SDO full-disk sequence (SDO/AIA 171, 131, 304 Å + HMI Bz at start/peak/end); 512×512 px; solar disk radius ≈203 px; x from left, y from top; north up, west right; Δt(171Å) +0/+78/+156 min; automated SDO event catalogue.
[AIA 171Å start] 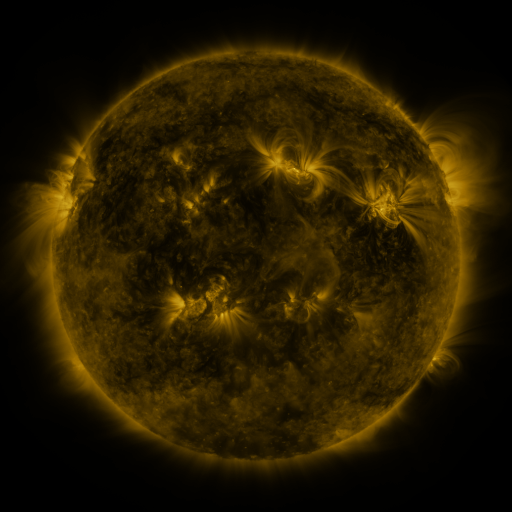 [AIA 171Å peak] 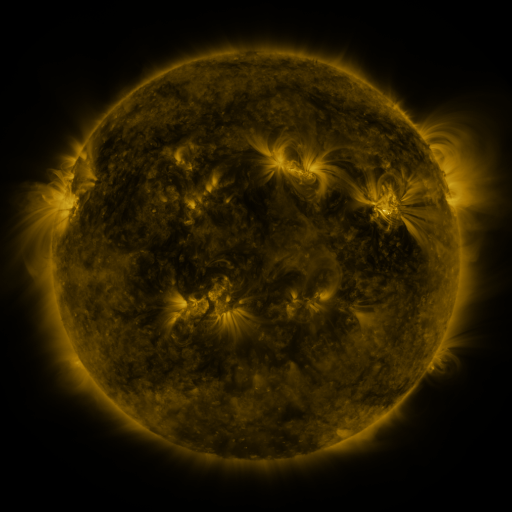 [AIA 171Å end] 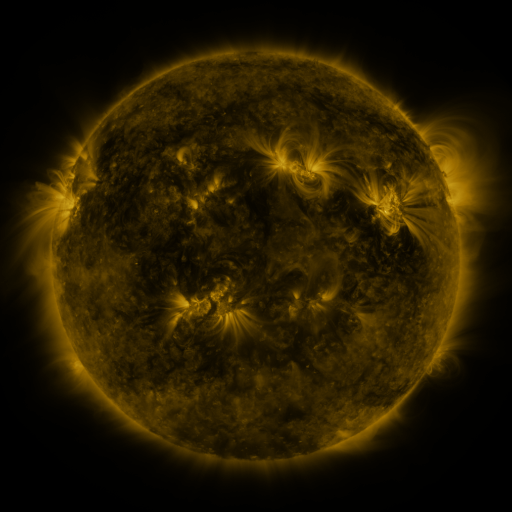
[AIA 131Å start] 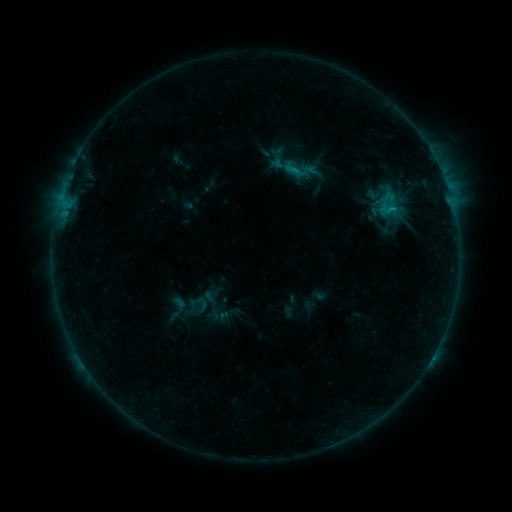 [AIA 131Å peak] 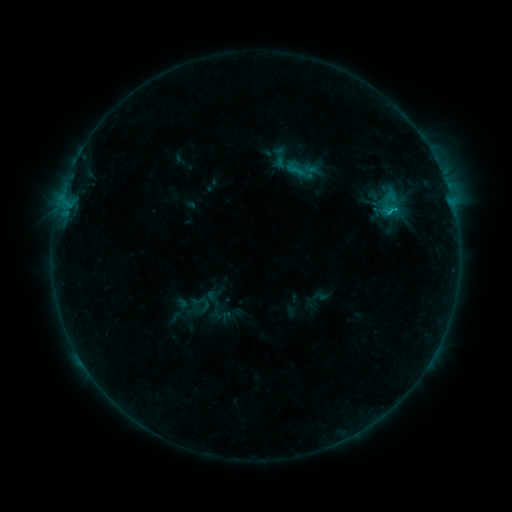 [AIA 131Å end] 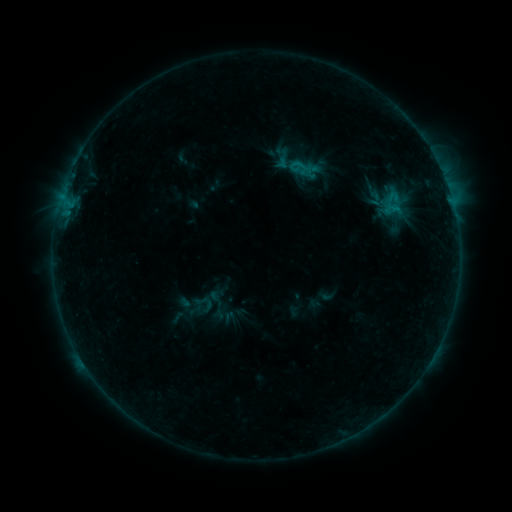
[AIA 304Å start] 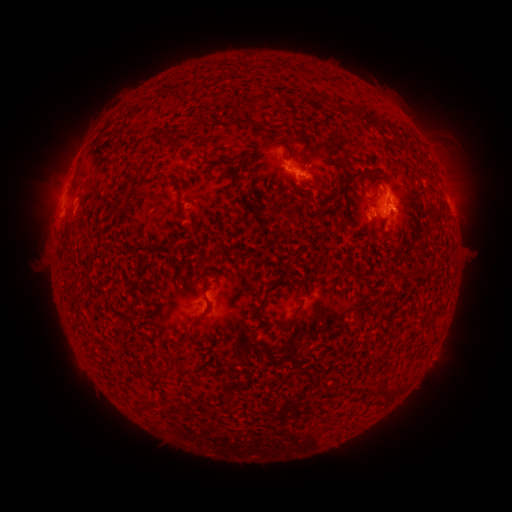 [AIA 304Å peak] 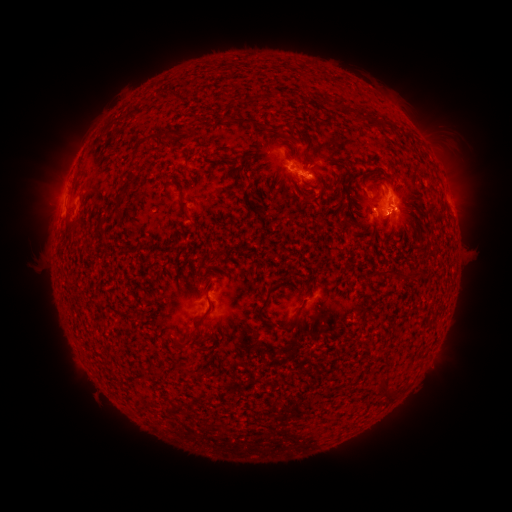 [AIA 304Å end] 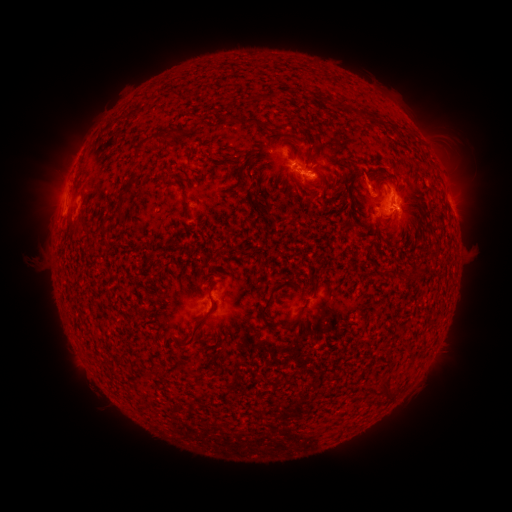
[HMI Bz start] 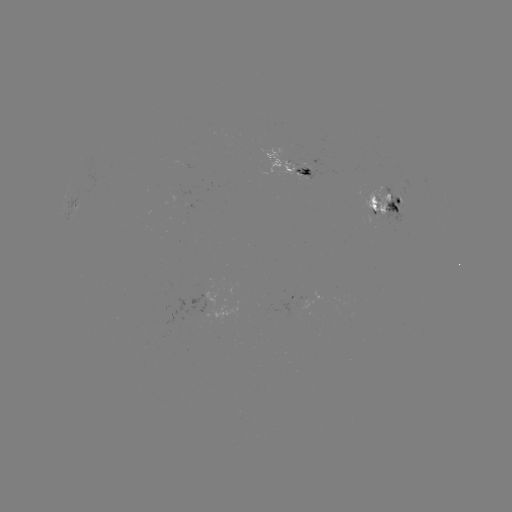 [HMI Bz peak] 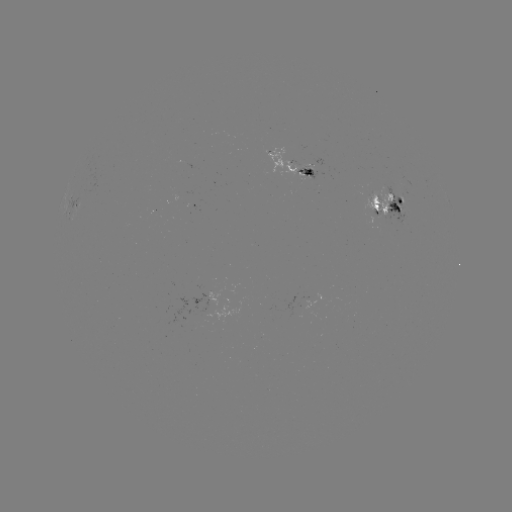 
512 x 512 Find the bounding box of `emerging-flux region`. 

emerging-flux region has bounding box [262, 146, 302, 175].